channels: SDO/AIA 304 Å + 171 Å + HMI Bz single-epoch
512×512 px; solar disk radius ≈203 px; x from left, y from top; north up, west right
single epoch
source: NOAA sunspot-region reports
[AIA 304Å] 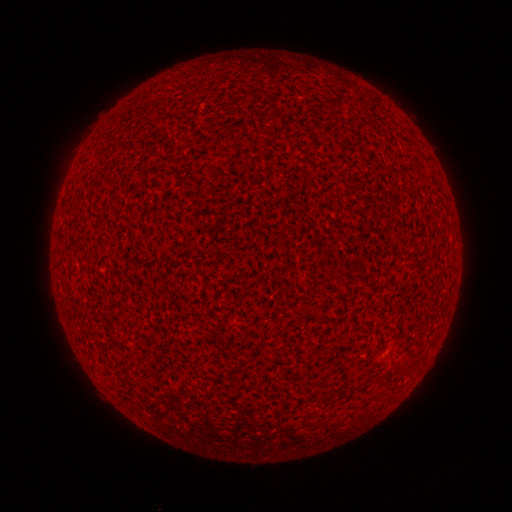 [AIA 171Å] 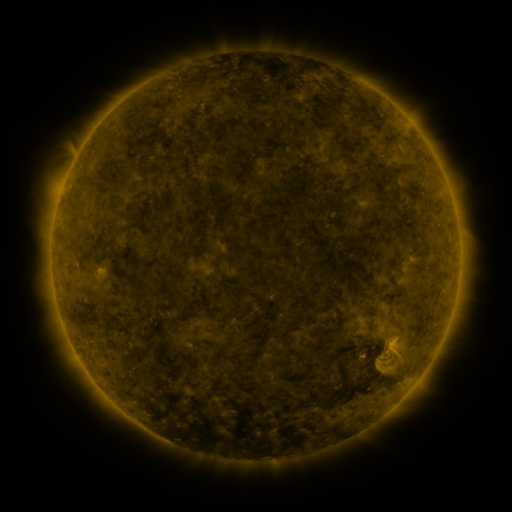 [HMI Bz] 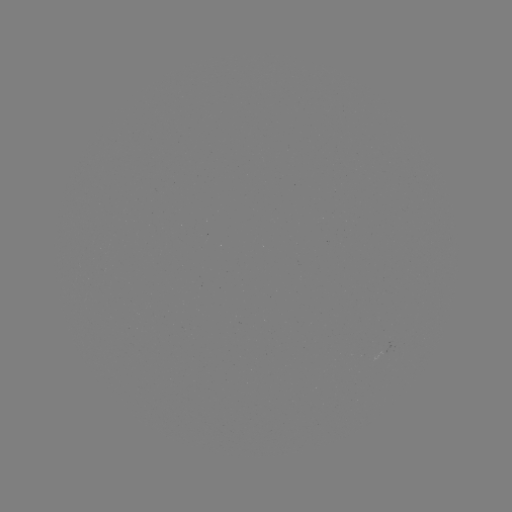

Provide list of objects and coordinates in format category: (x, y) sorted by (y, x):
(none)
